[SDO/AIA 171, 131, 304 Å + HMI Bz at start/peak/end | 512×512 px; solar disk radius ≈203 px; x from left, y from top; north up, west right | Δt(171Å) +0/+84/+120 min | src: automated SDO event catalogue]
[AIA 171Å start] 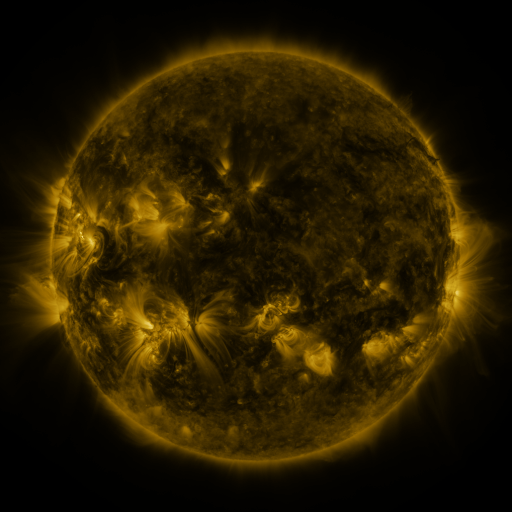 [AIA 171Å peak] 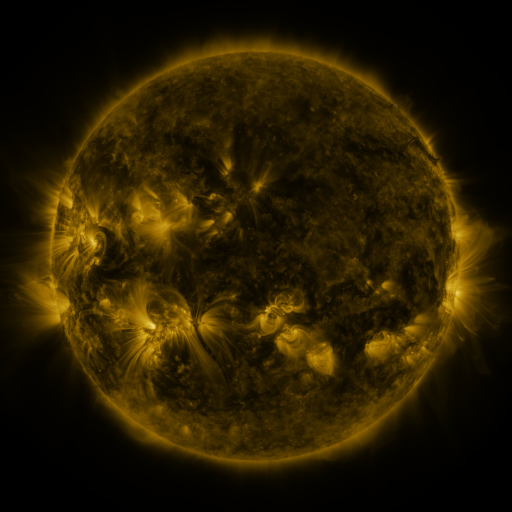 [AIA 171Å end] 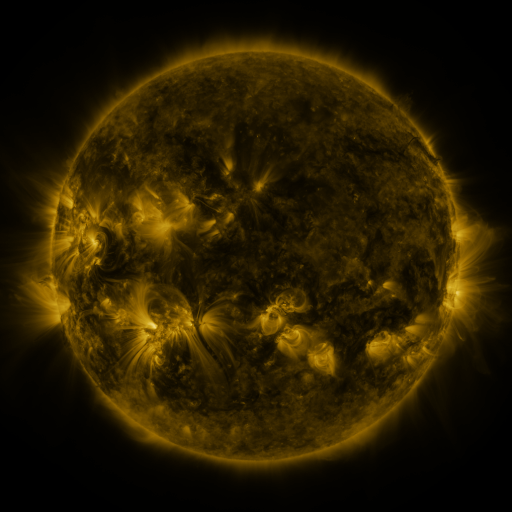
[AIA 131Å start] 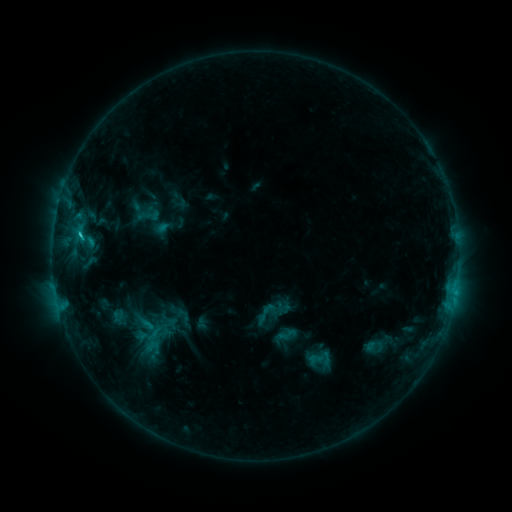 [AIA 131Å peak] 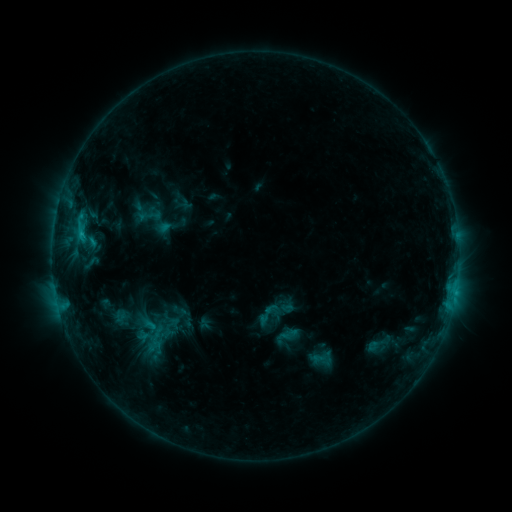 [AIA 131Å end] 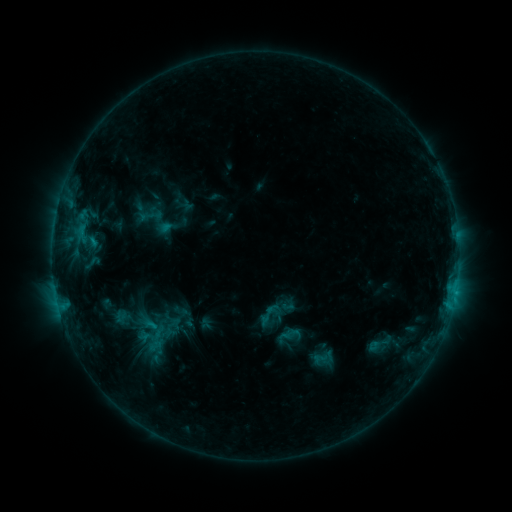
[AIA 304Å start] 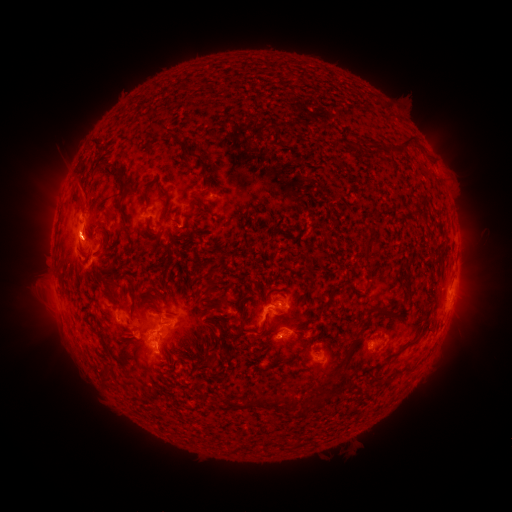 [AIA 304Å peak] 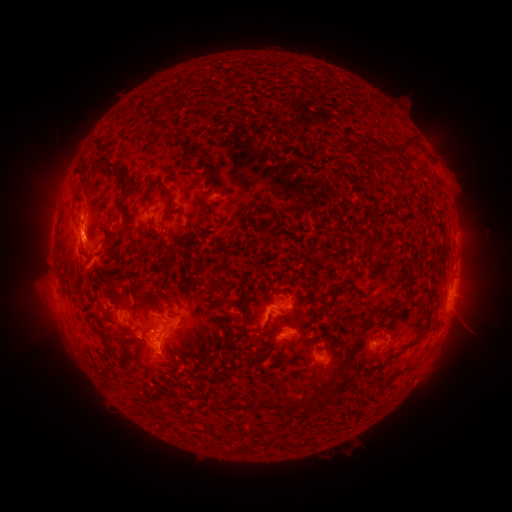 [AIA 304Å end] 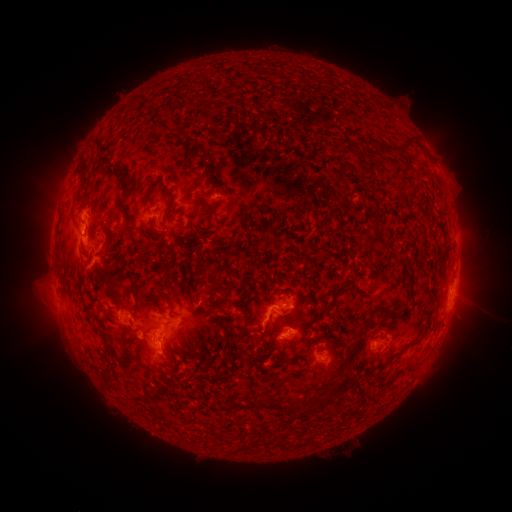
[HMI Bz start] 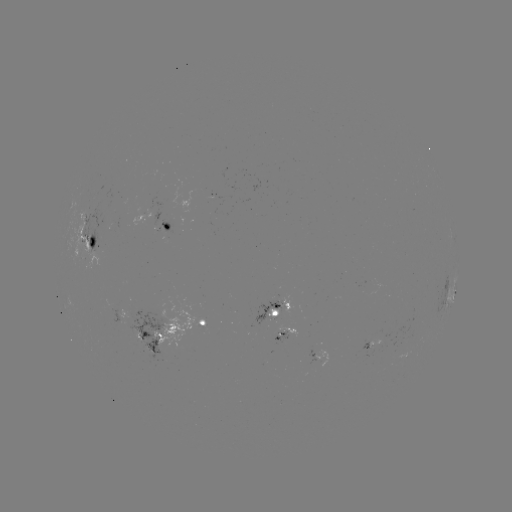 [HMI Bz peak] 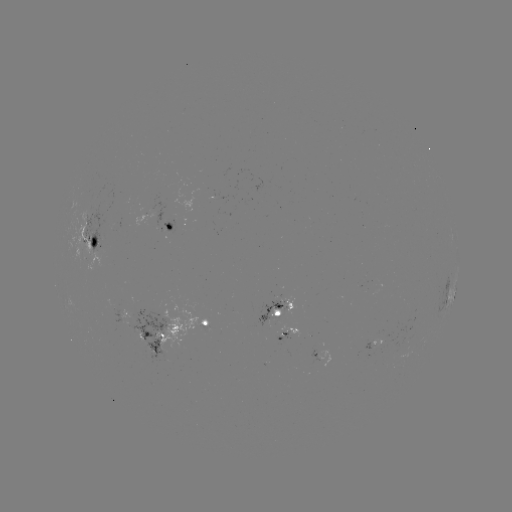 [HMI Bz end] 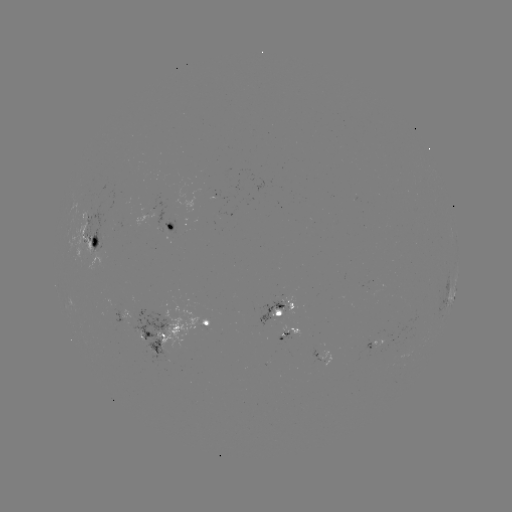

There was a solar emerging-flux region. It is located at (273, 303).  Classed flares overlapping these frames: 1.